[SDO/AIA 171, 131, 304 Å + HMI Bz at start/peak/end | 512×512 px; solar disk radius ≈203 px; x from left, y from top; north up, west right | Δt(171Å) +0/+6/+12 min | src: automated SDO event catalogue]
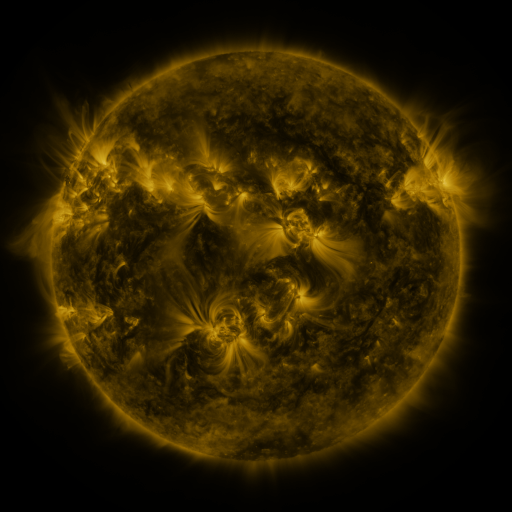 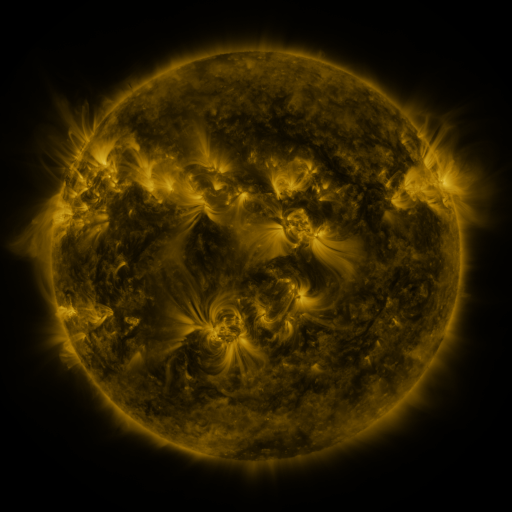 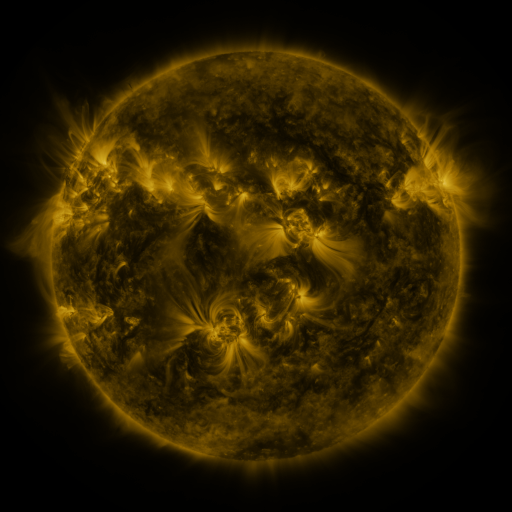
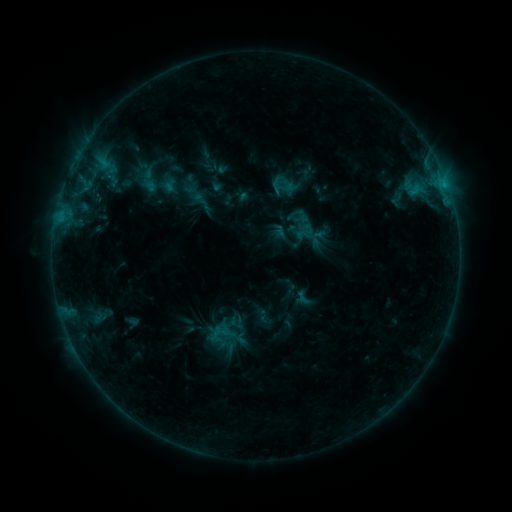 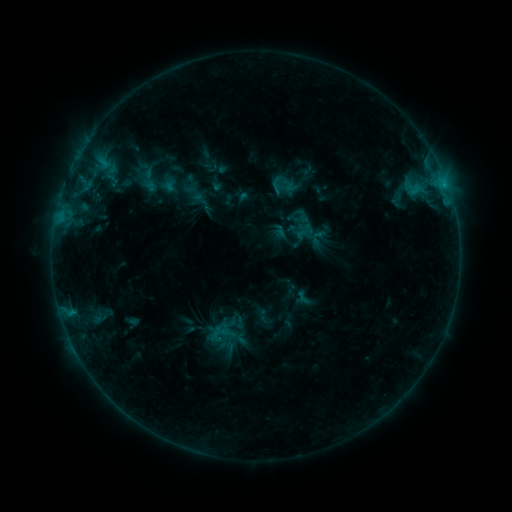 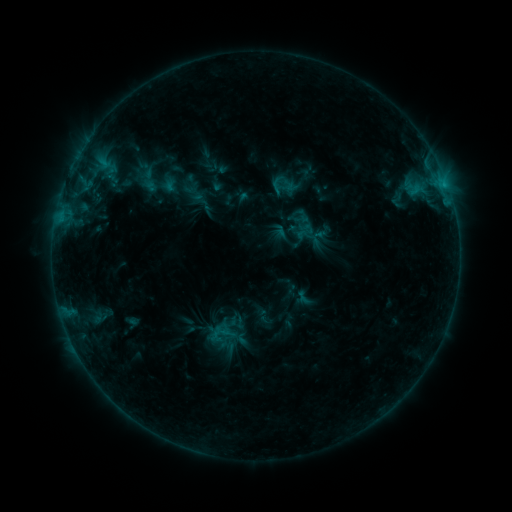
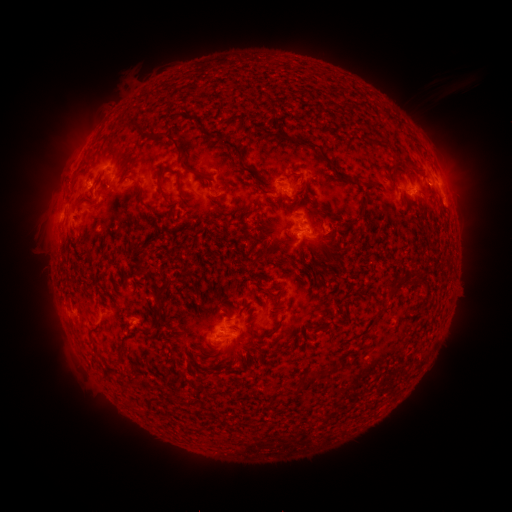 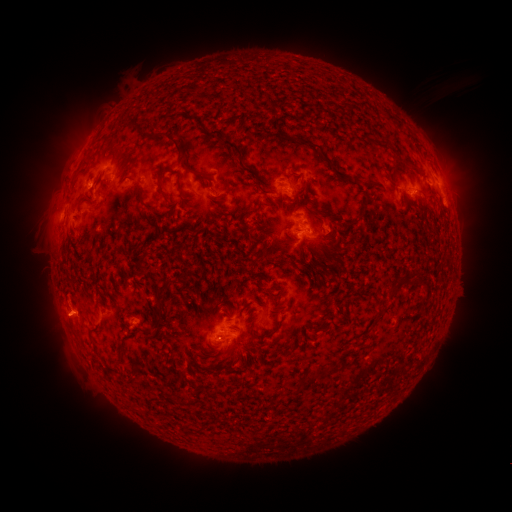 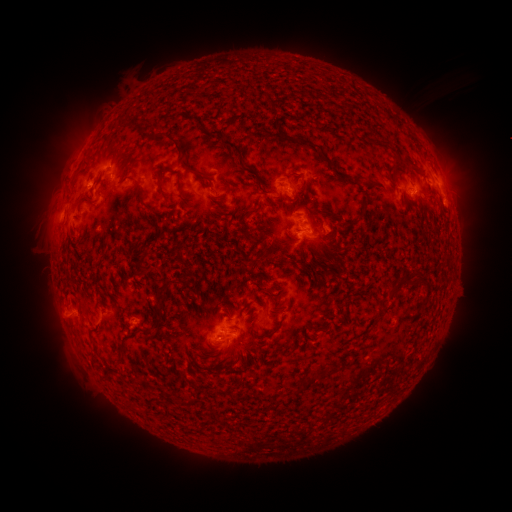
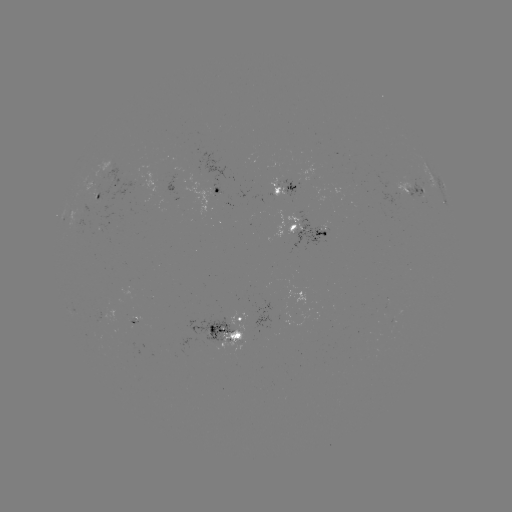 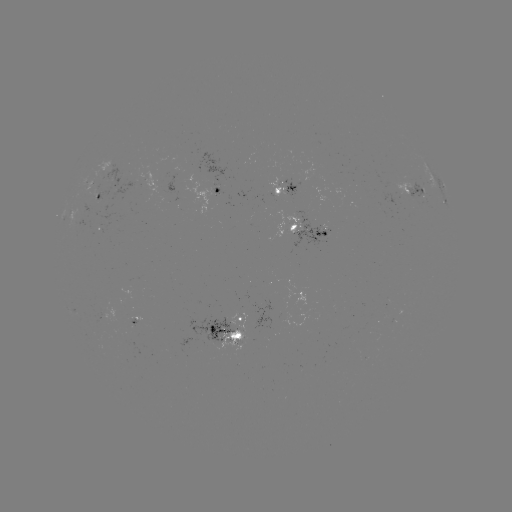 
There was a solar eruption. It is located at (60, 318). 